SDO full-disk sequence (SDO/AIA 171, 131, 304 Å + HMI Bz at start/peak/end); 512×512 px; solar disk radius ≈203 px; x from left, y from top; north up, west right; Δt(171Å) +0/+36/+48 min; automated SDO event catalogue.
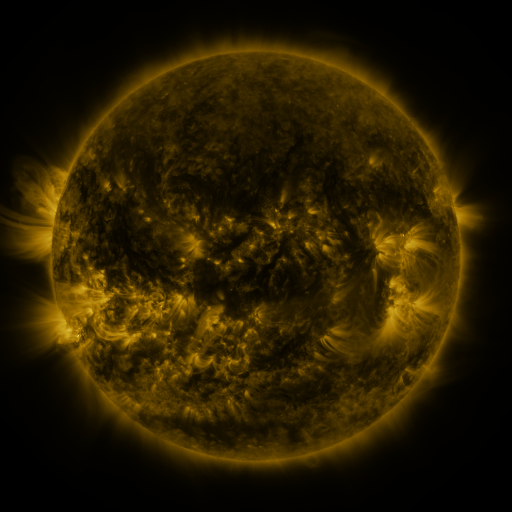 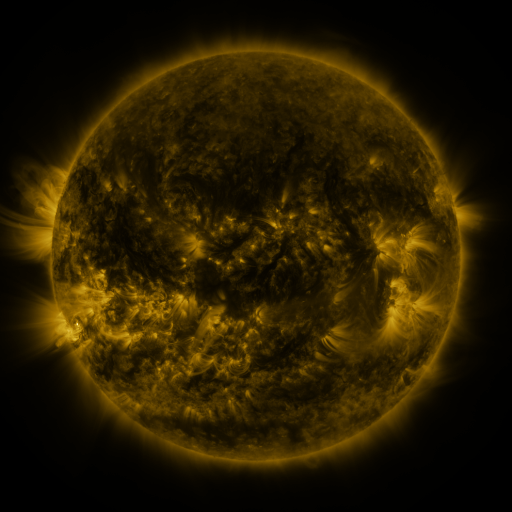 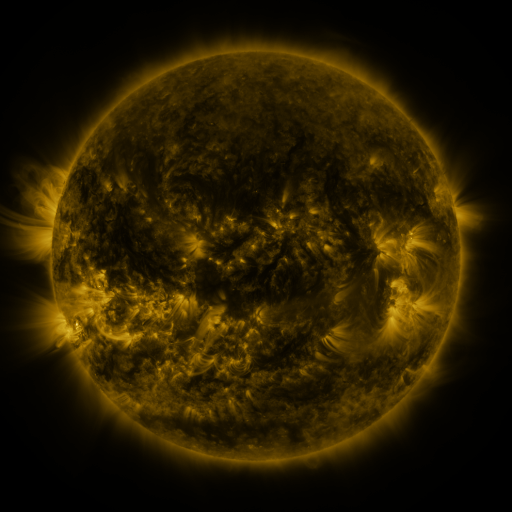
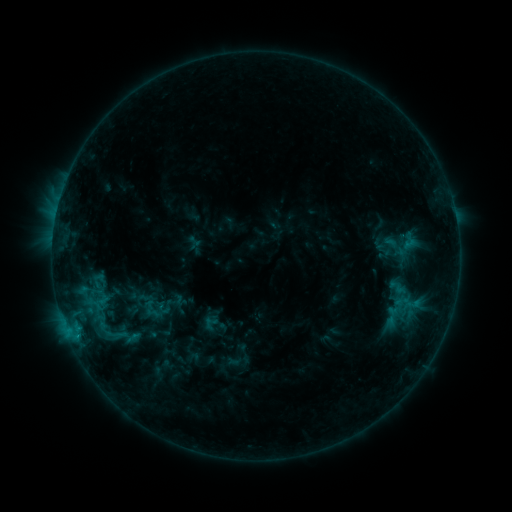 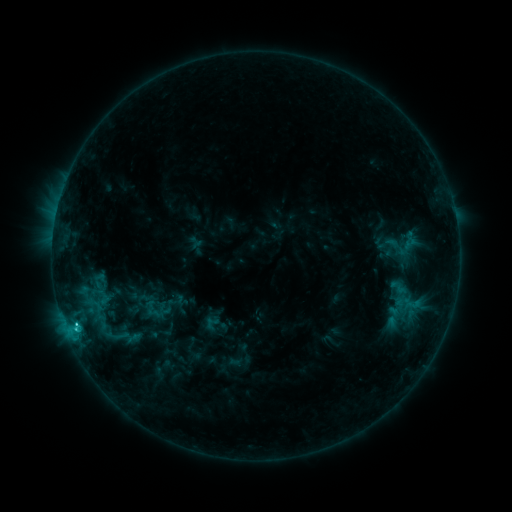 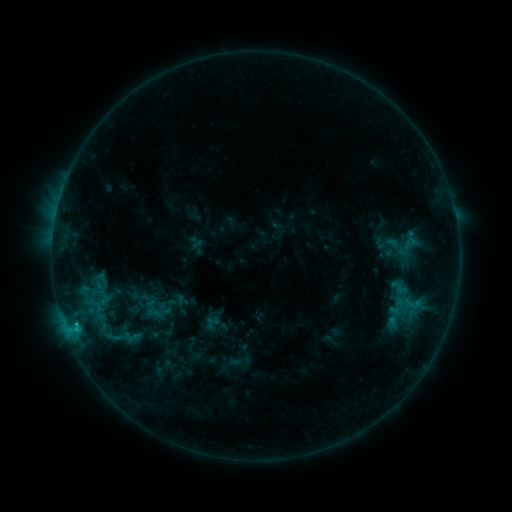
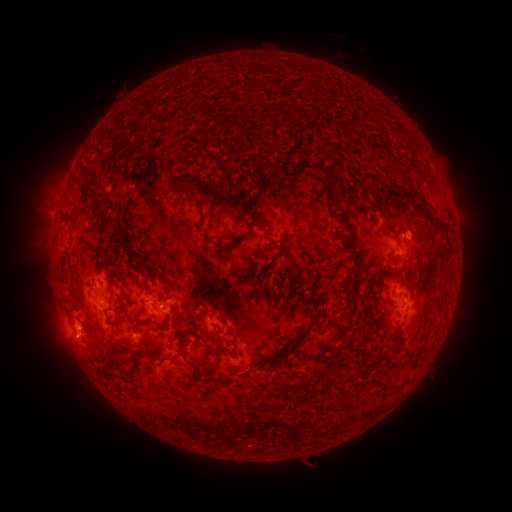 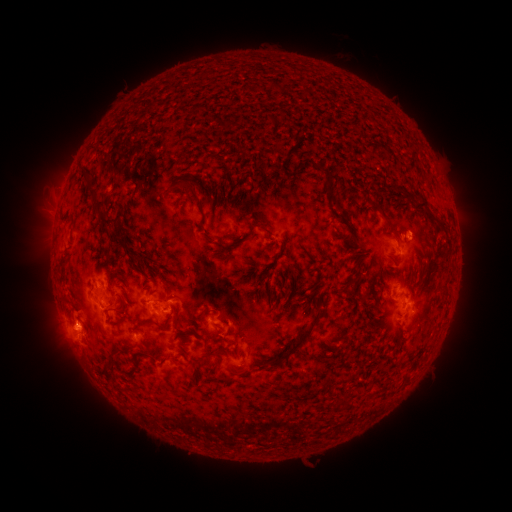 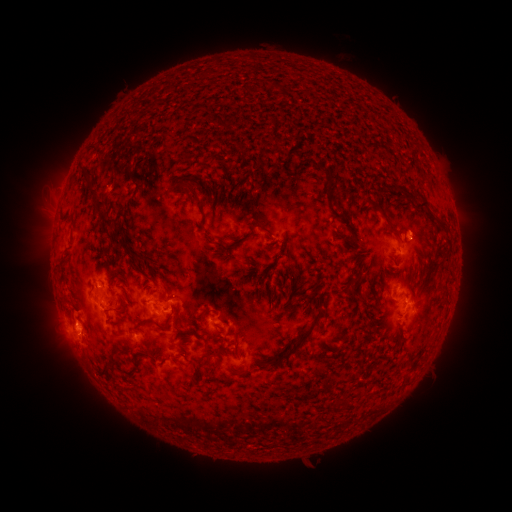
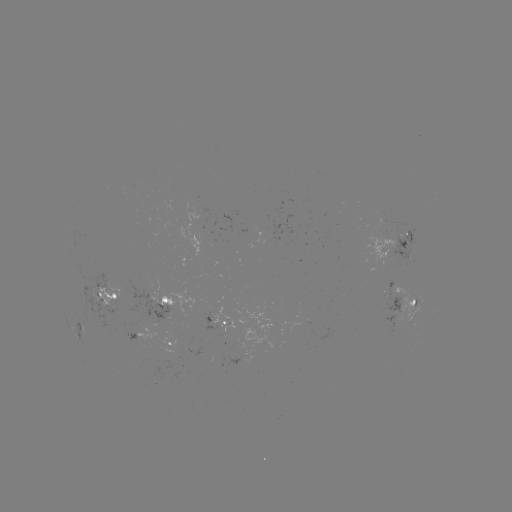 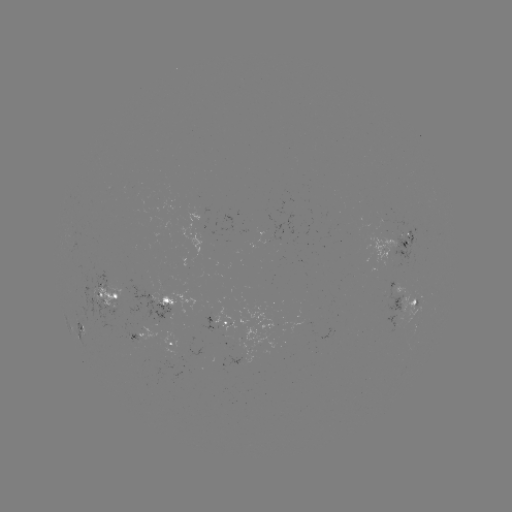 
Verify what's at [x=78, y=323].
C1.7 flare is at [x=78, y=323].